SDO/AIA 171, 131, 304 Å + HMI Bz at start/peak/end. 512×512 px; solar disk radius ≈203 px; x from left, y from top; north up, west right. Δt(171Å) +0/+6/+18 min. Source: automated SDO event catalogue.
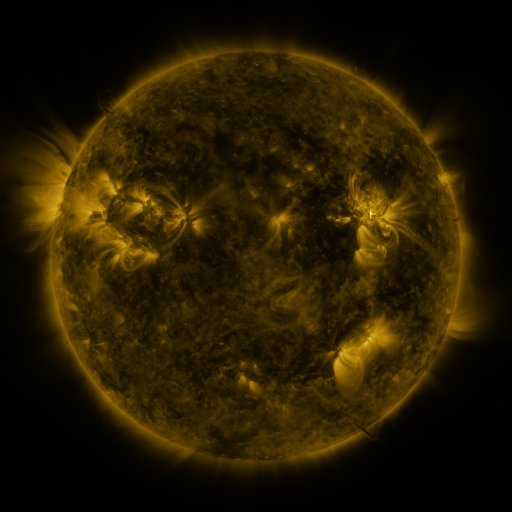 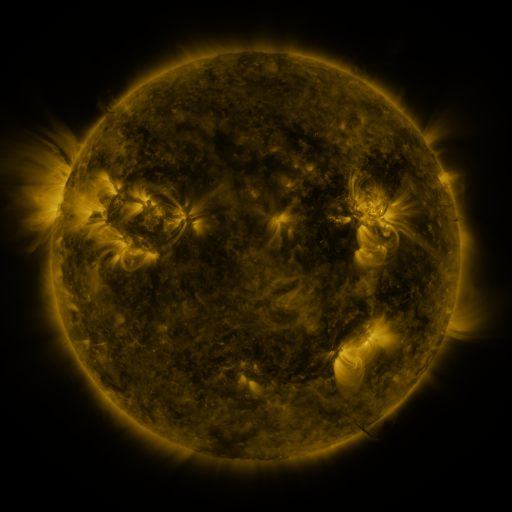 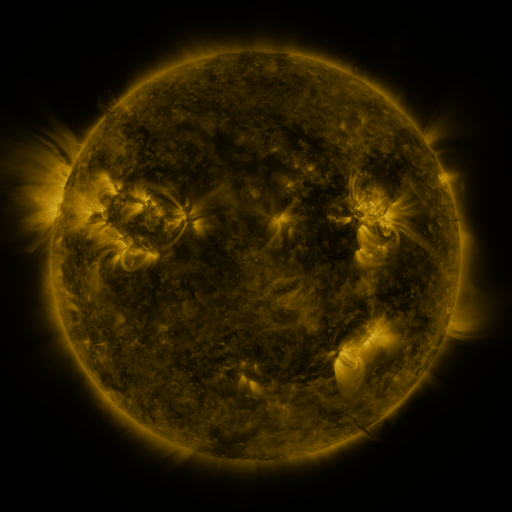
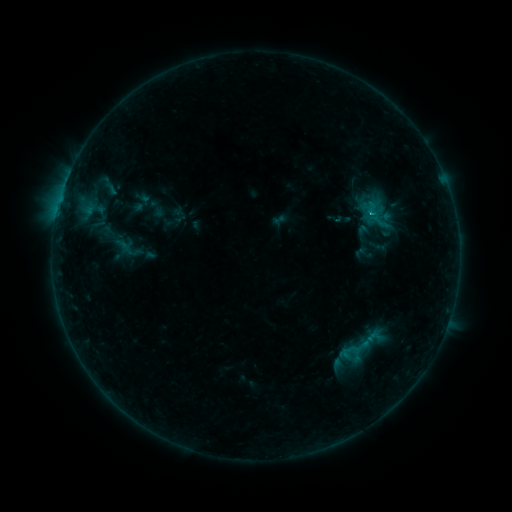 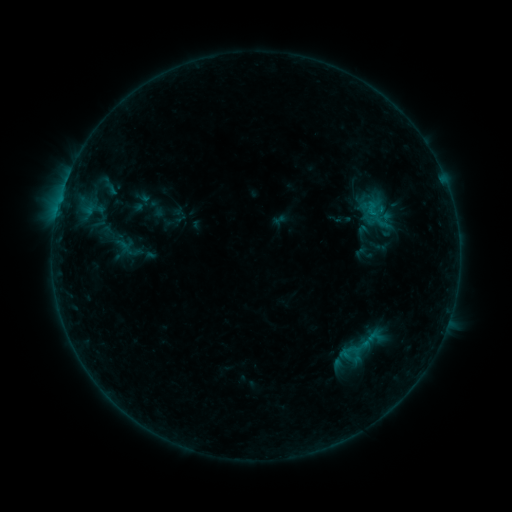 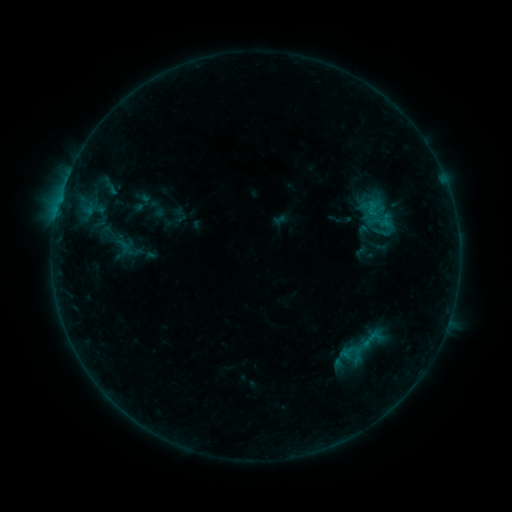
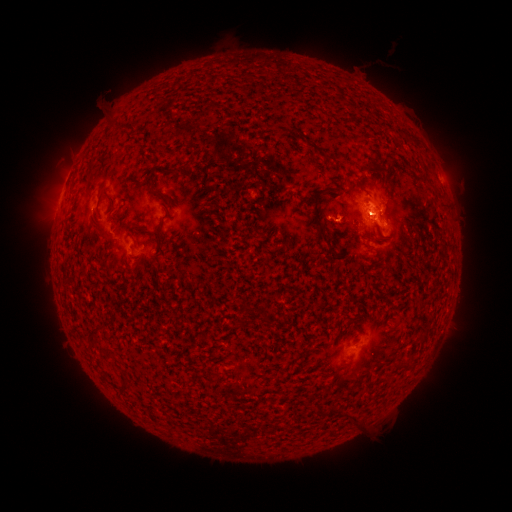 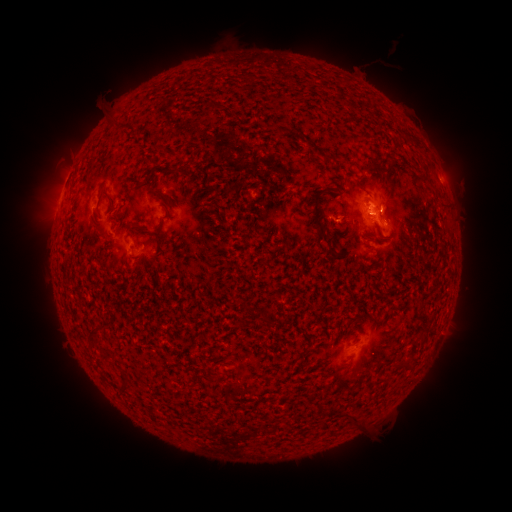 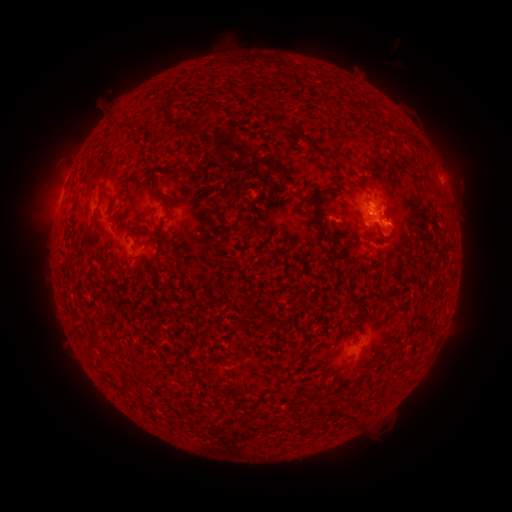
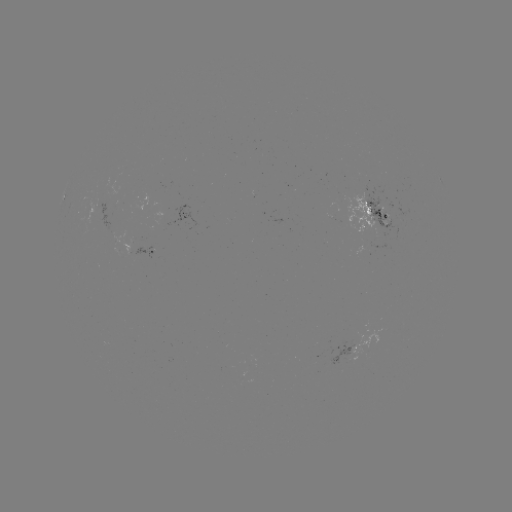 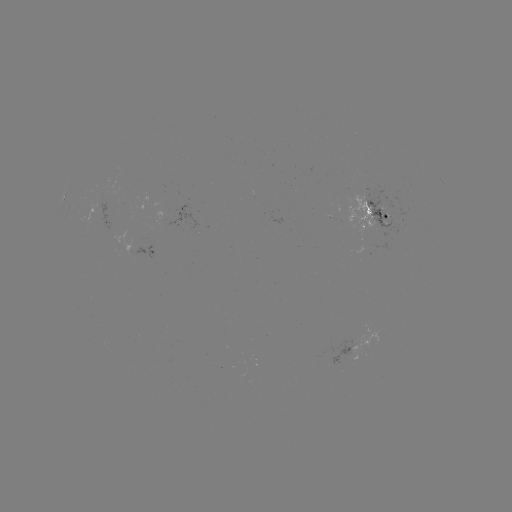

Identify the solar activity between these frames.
B5.0 flare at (373, 215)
